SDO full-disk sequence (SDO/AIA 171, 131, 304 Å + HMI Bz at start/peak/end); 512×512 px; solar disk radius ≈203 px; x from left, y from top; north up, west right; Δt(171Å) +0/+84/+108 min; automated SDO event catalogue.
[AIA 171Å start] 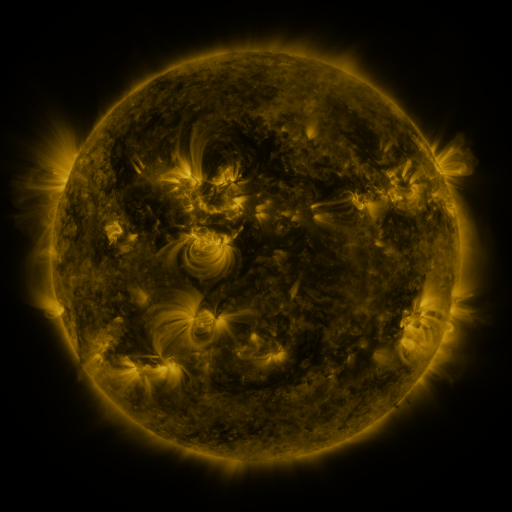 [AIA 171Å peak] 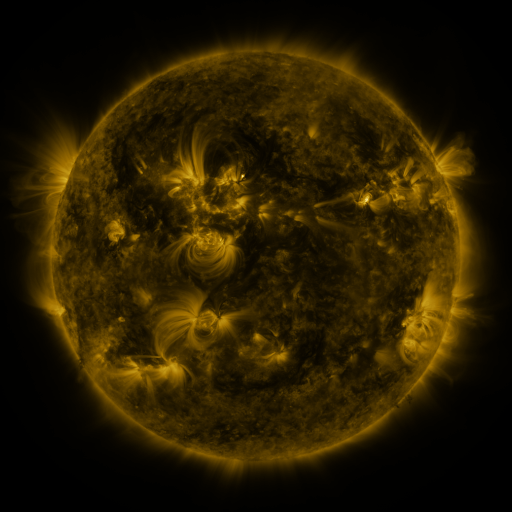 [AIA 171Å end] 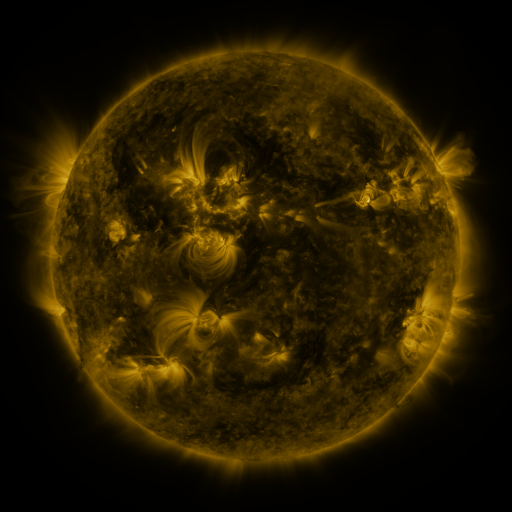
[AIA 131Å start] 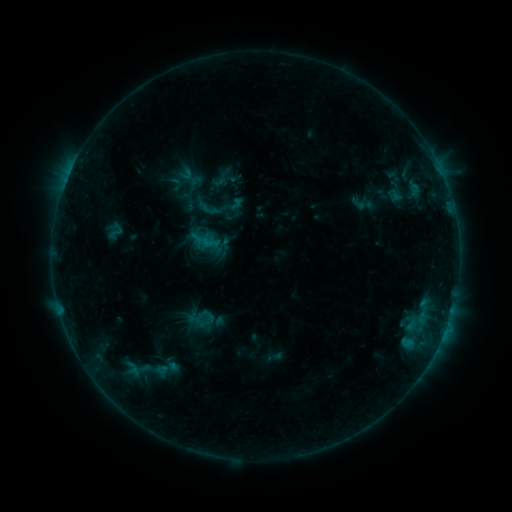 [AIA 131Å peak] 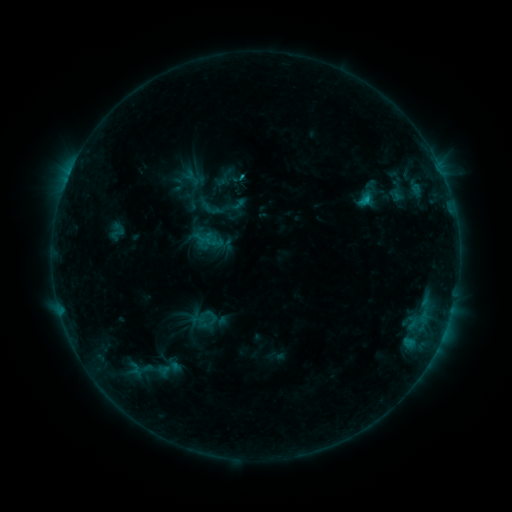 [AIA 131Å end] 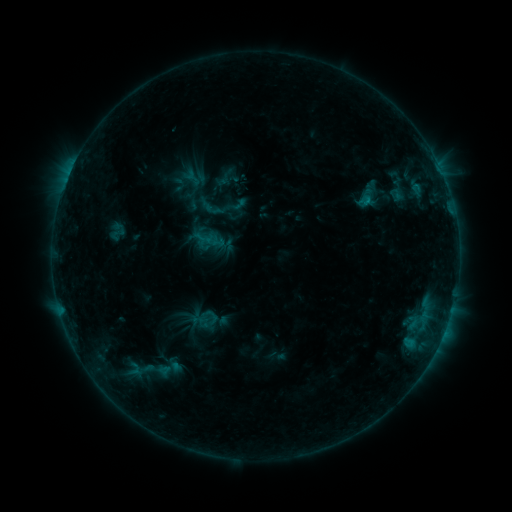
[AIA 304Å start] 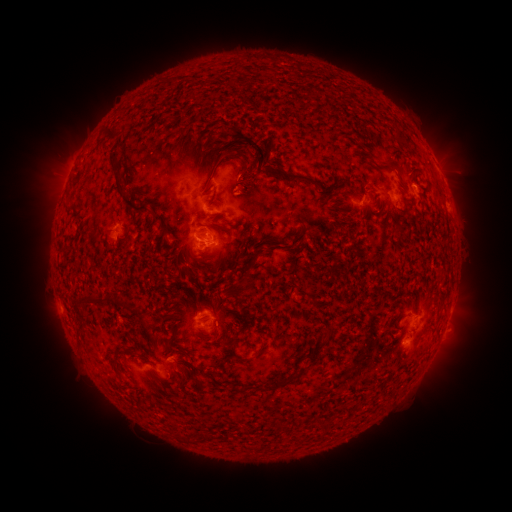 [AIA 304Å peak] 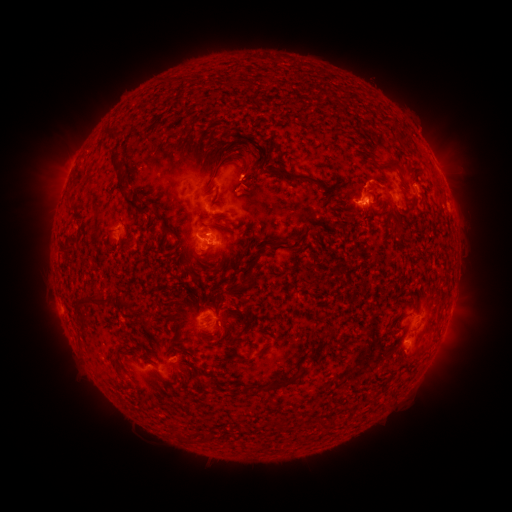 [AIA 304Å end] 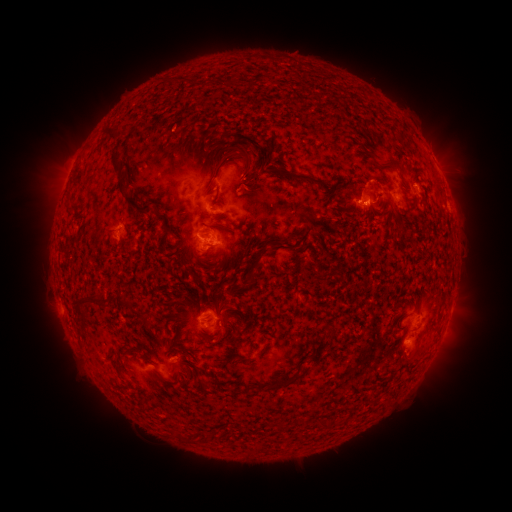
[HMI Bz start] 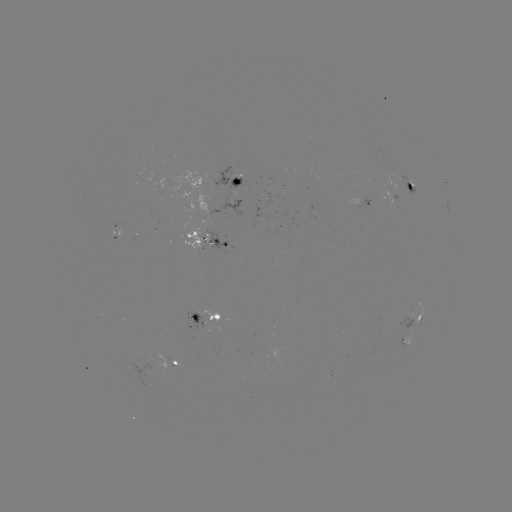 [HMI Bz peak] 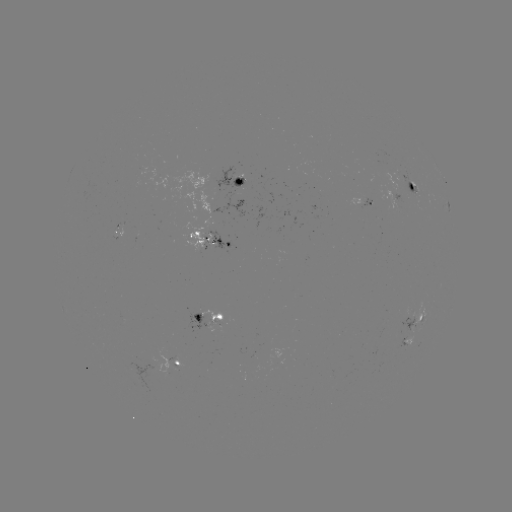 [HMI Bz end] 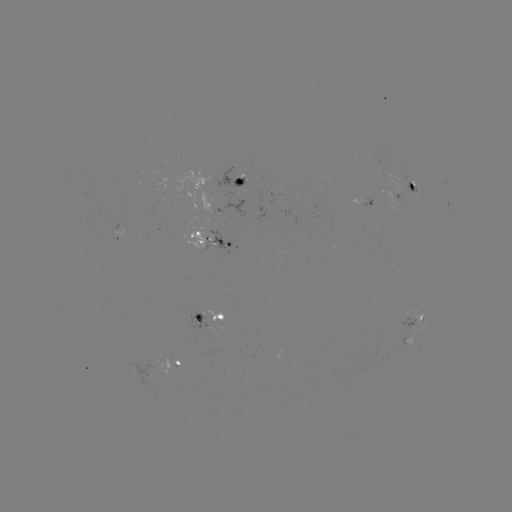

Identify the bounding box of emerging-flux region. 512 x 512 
[357, 185, 387, 206].